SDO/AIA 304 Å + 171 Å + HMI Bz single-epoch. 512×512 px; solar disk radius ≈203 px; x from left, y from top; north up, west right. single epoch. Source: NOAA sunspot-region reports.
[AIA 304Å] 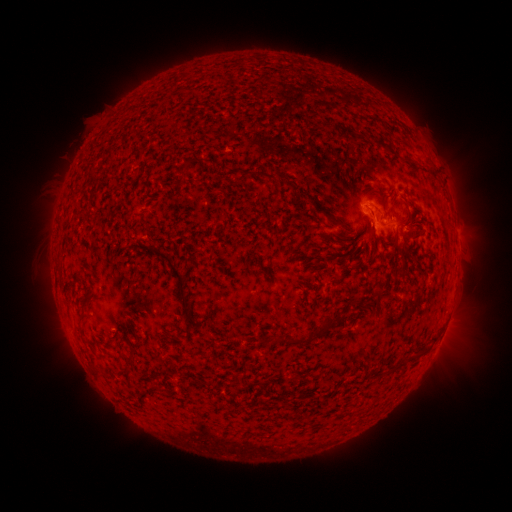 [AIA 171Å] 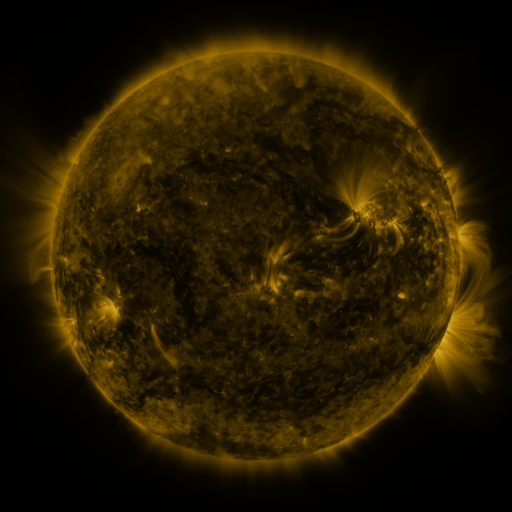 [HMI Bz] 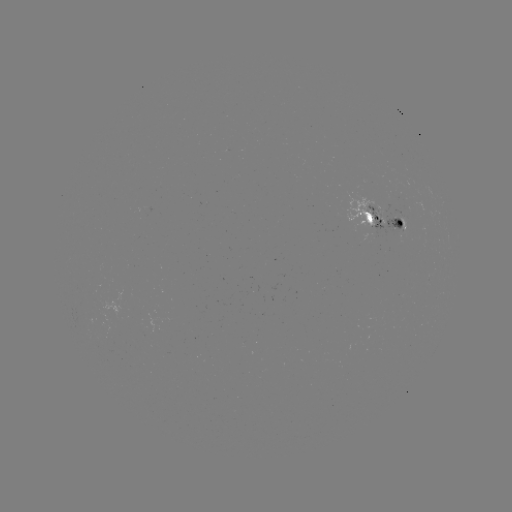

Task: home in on spotted active region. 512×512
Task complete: [384, 222].